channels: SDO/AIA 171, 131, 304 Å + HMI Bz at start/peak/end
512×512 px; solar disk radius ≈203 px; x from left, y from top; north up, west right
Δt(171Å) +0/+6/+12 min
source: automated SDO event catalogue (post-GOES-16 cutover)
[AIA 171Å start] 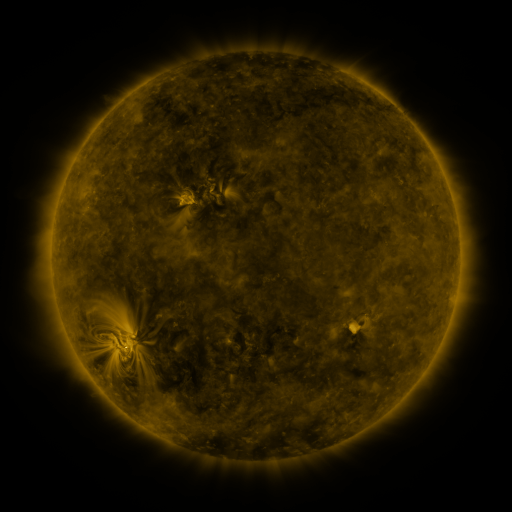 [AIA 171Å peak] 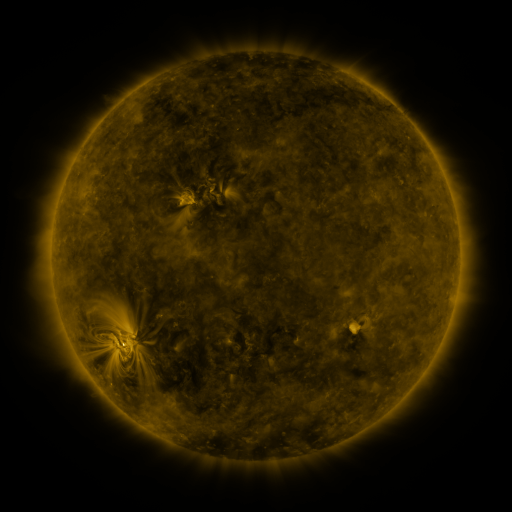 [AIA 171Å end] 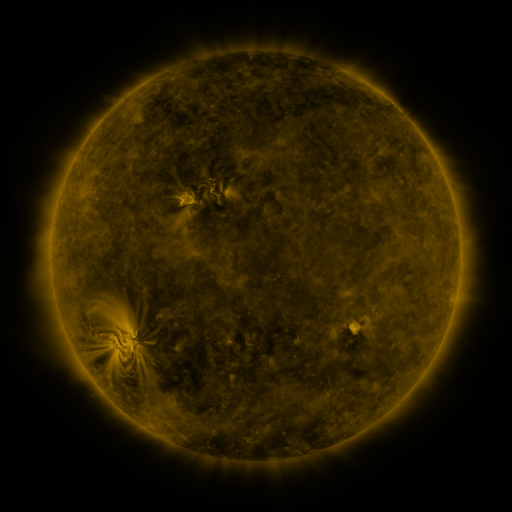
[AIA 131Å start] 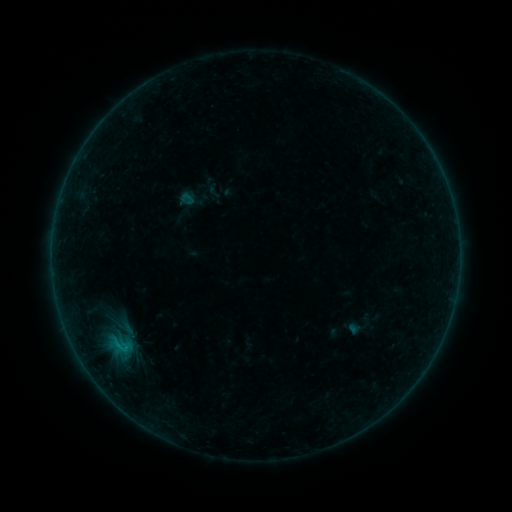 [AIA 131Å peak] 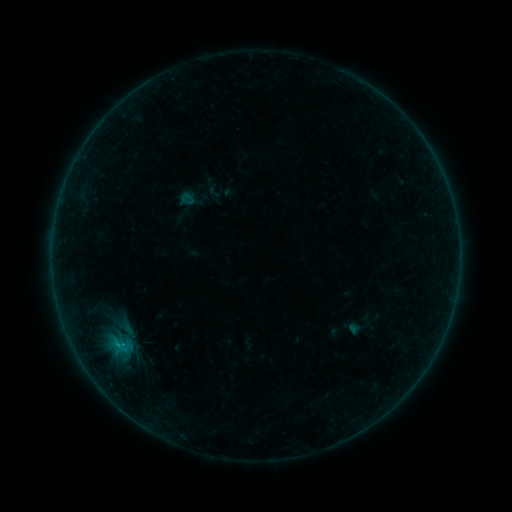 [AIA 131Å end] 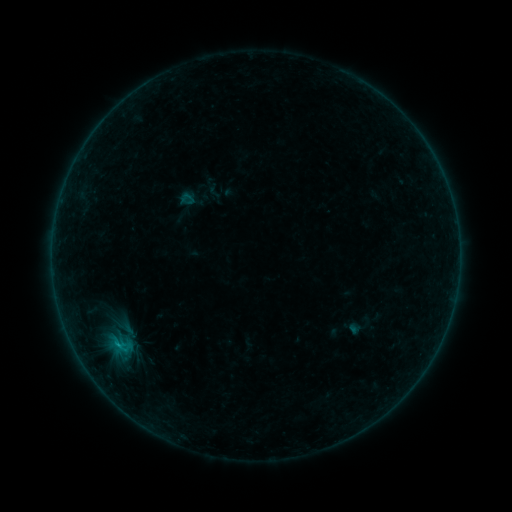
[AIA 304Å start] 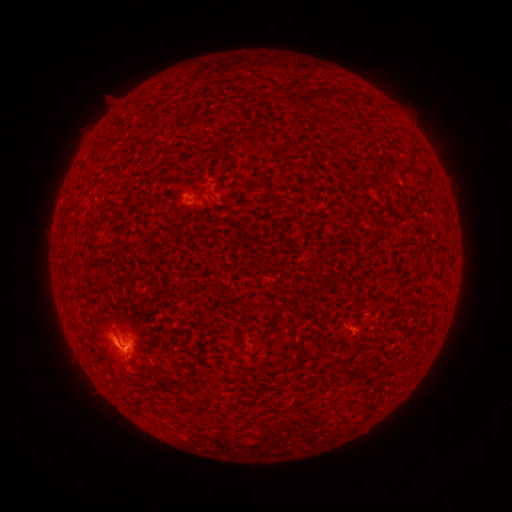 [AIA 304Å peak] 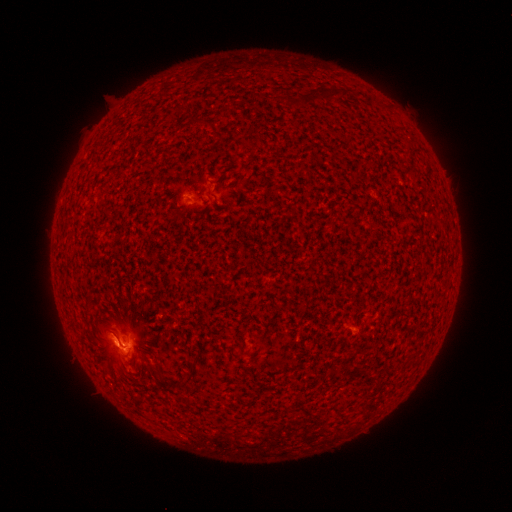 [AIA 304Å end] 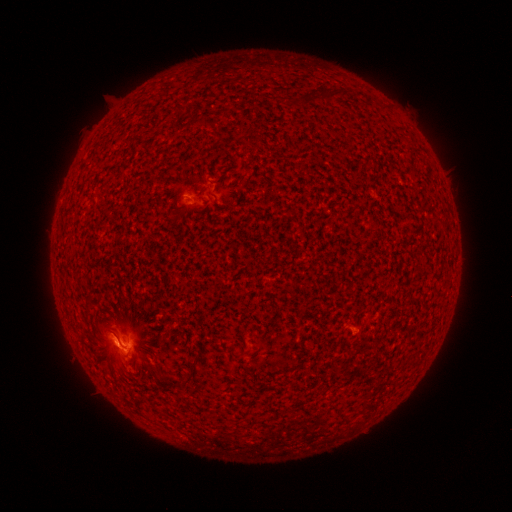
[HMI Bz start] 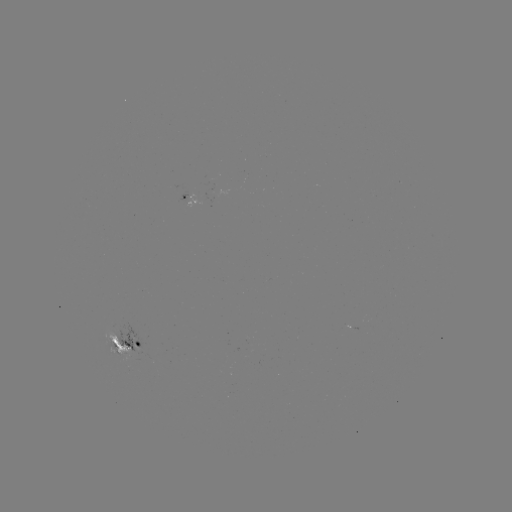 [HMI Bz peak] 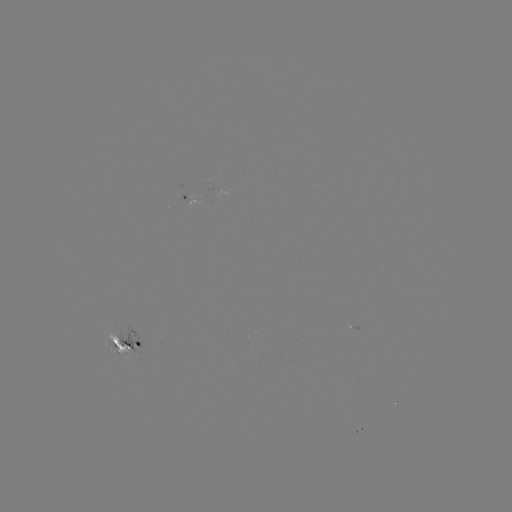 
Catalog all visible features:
C9.0 flare: (121, 344)
